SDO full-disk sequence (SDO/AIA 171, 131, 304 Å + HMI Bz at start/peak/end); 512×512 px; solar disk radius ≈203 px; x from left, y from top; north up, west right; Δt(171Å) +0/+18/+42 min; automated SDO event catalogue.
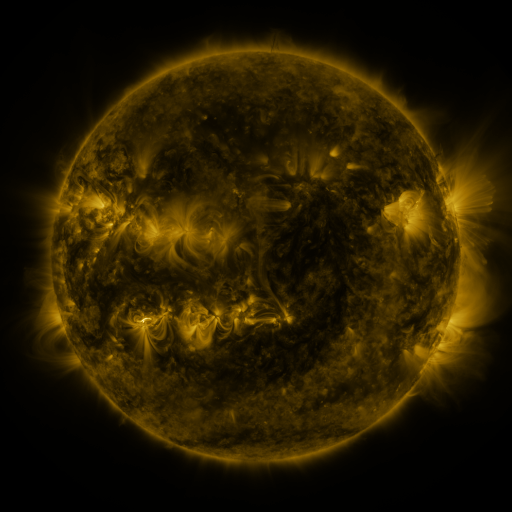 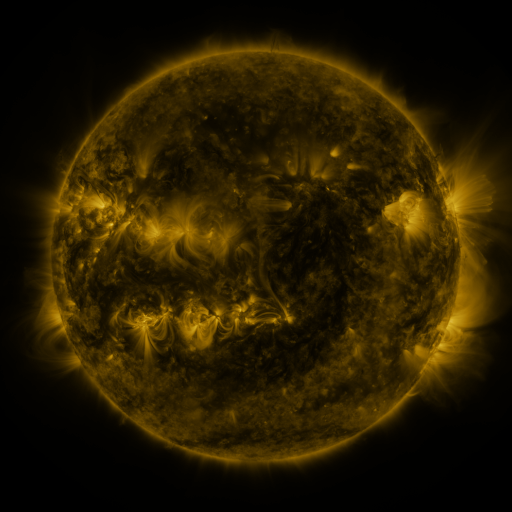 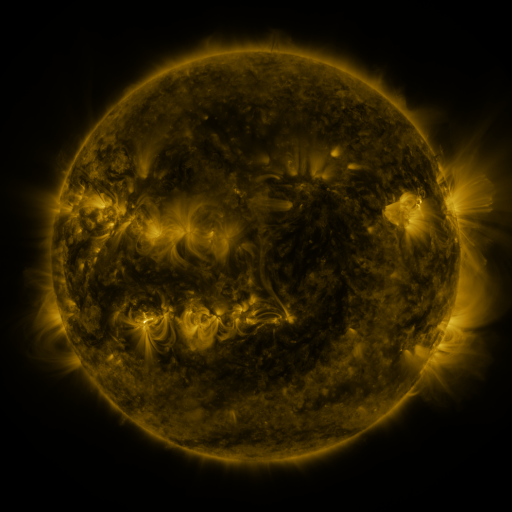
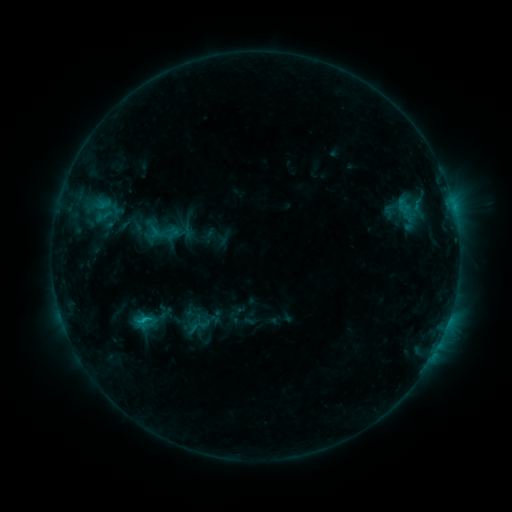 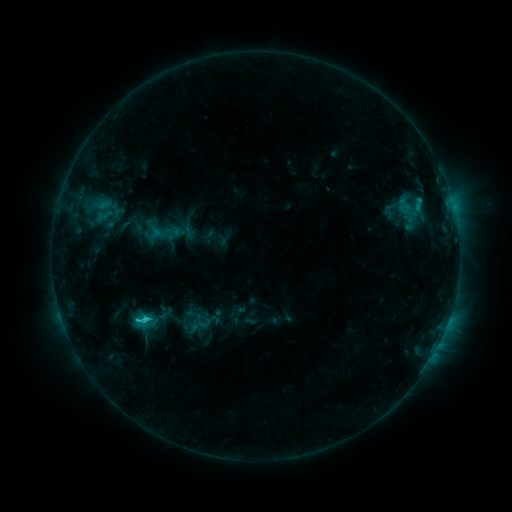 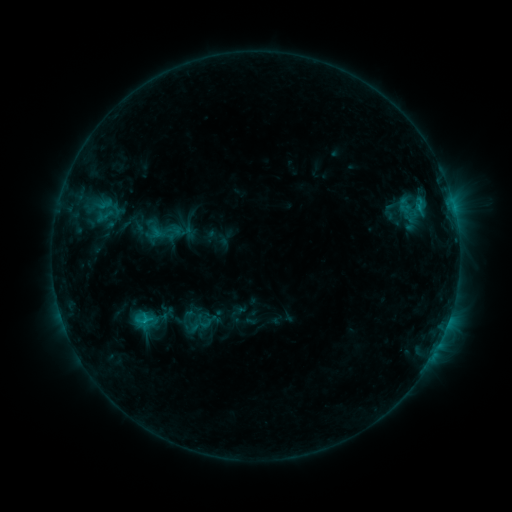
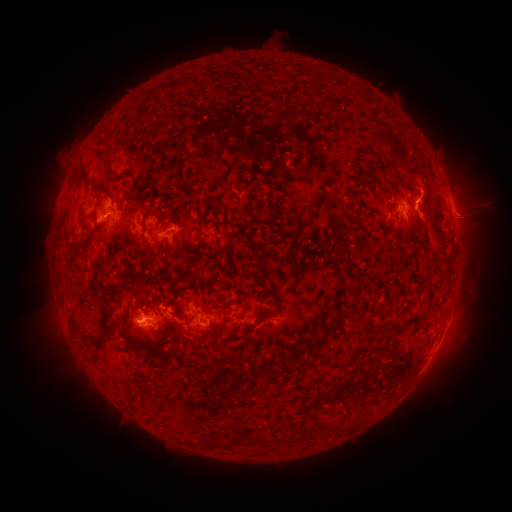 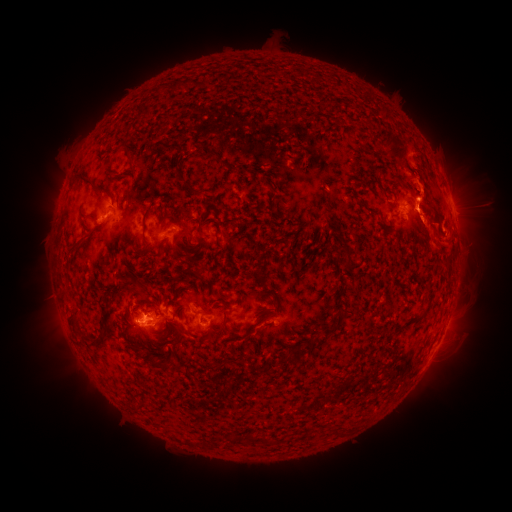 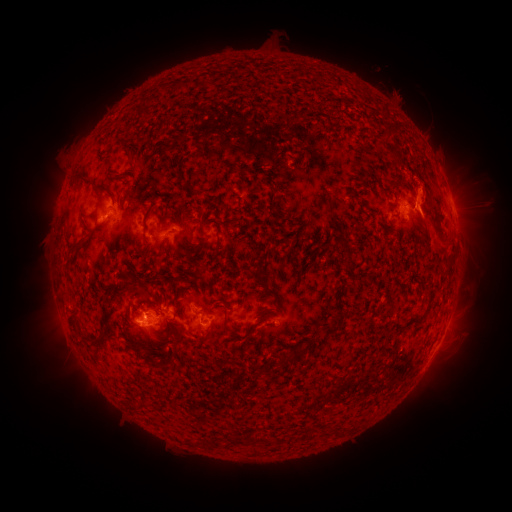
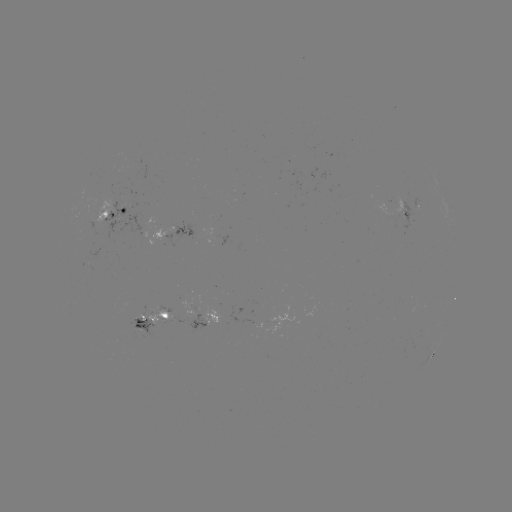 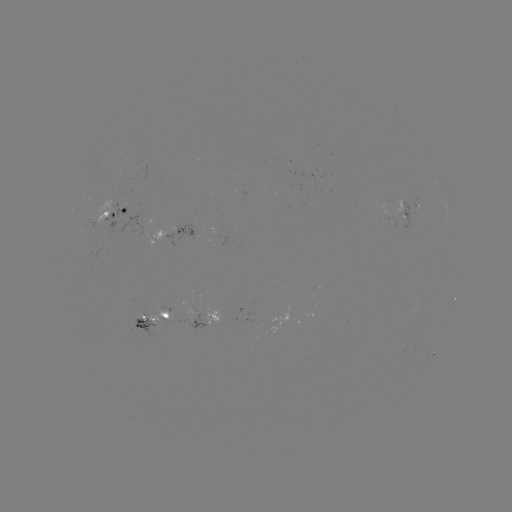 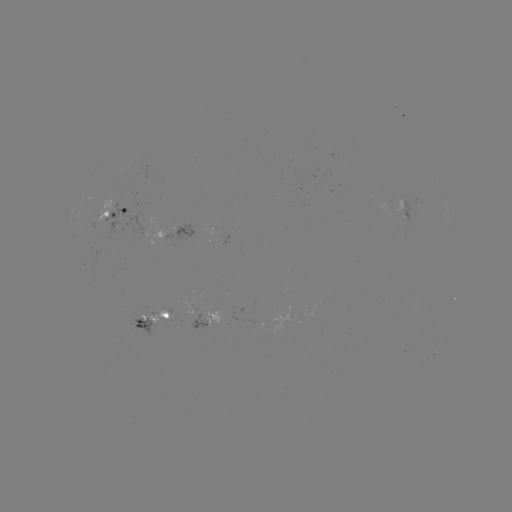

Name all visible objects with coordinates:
eruption: (425, 184)
